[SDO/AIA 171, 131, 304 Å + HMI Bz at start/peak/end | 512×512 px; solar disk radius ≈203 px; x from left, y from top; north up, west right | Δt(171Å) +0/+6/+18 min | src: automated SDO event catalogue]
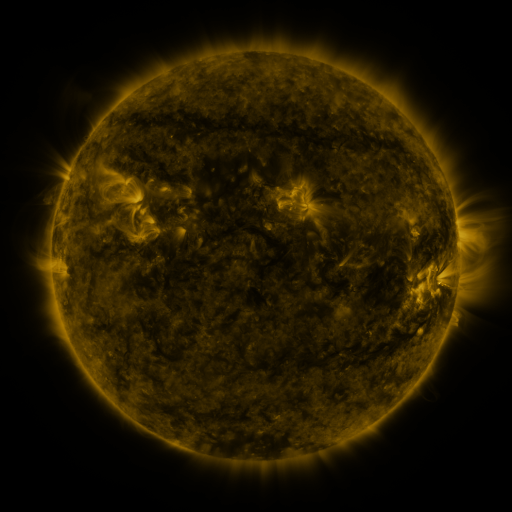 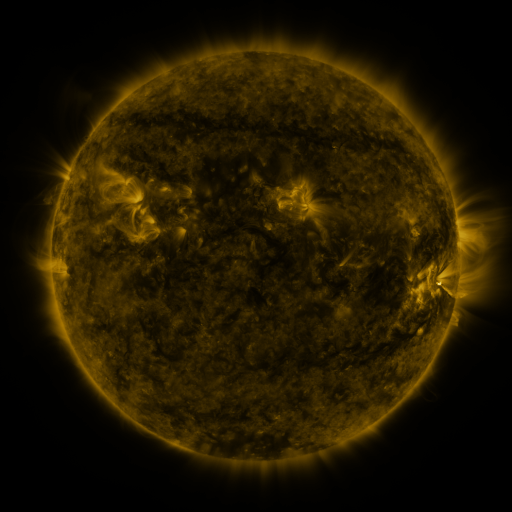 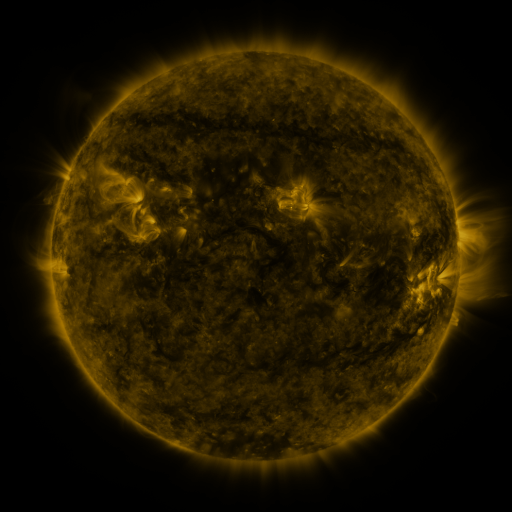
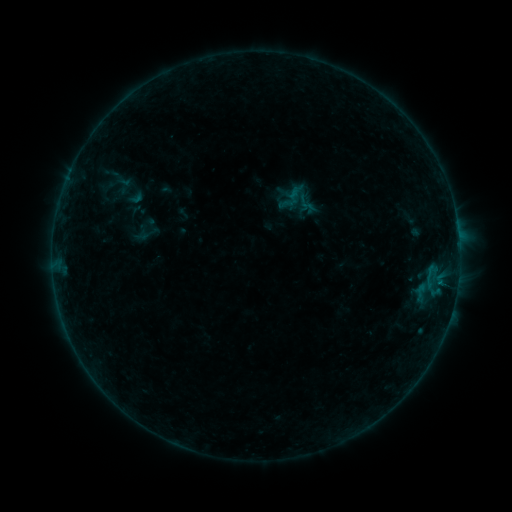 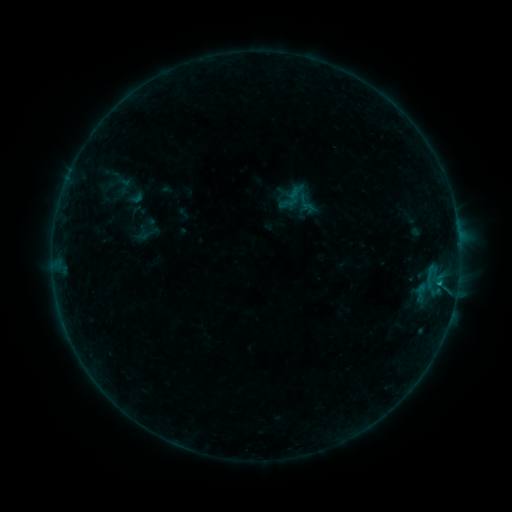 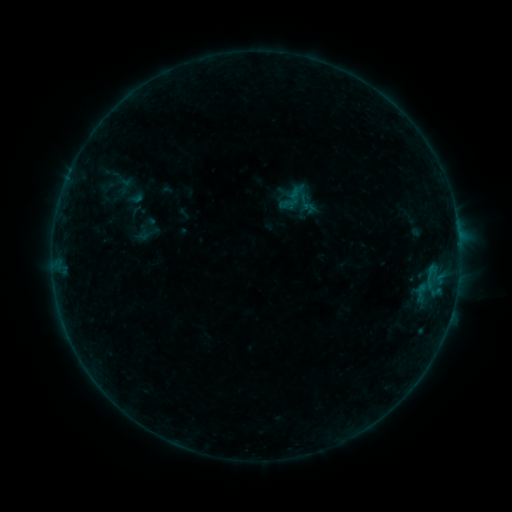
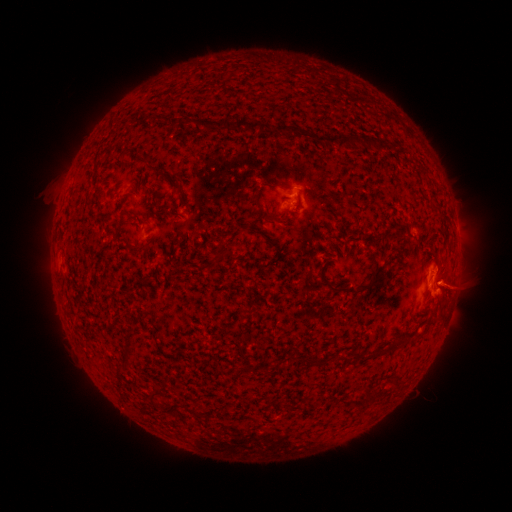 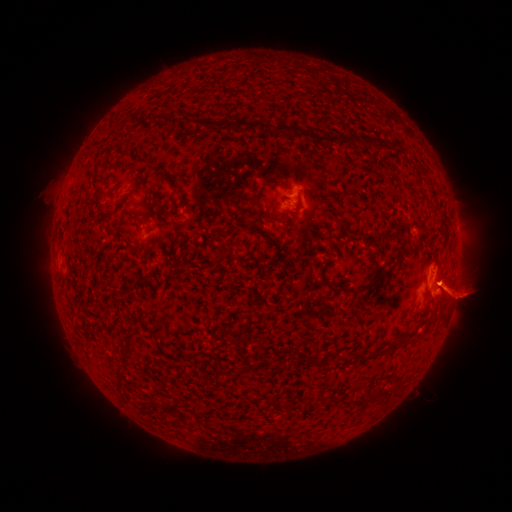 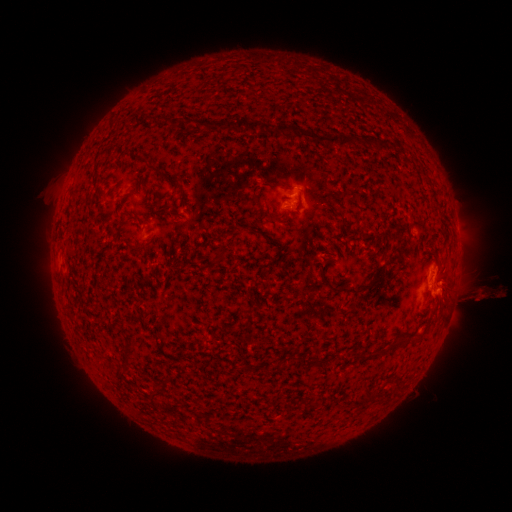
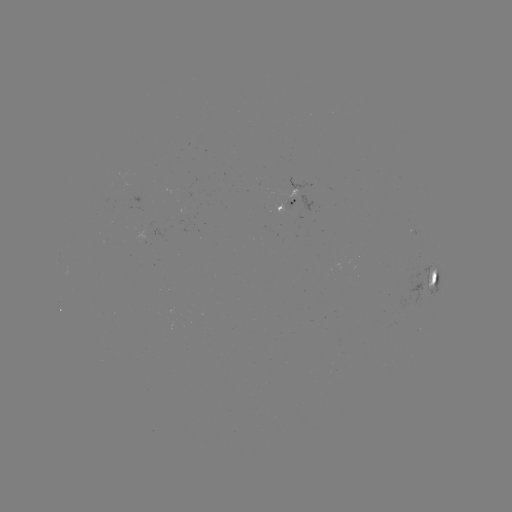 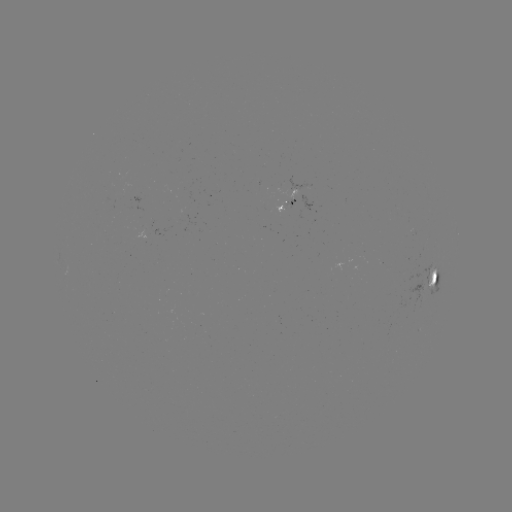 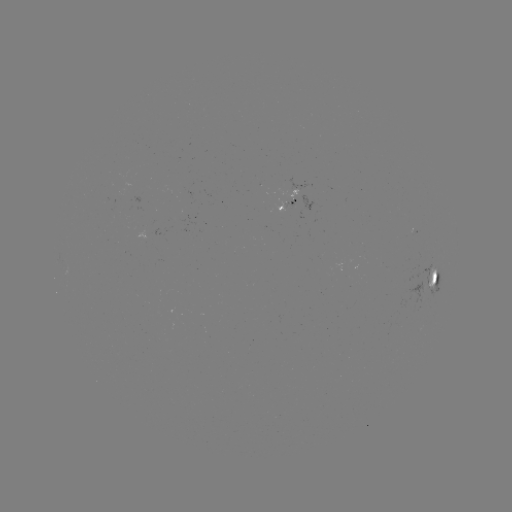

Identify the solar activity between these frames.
eruption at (461, 295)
